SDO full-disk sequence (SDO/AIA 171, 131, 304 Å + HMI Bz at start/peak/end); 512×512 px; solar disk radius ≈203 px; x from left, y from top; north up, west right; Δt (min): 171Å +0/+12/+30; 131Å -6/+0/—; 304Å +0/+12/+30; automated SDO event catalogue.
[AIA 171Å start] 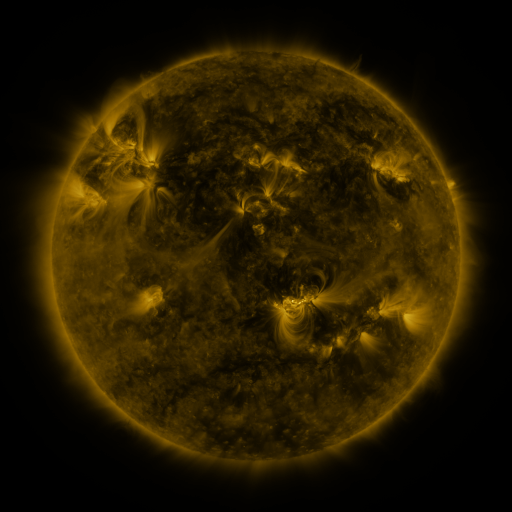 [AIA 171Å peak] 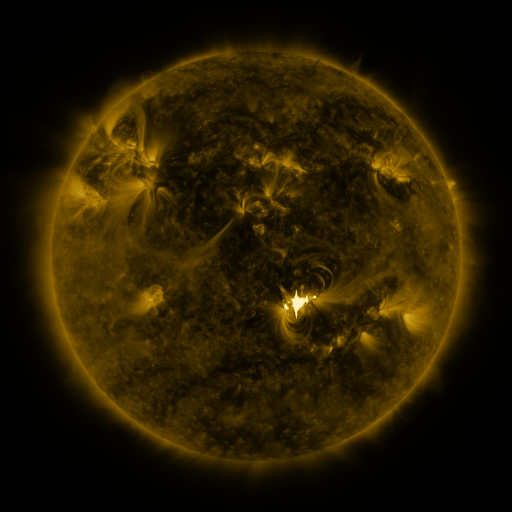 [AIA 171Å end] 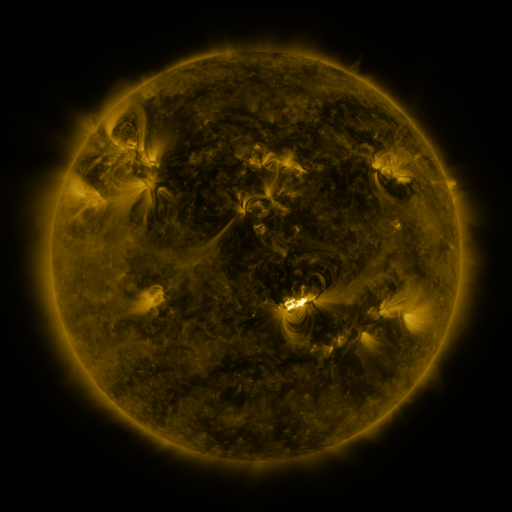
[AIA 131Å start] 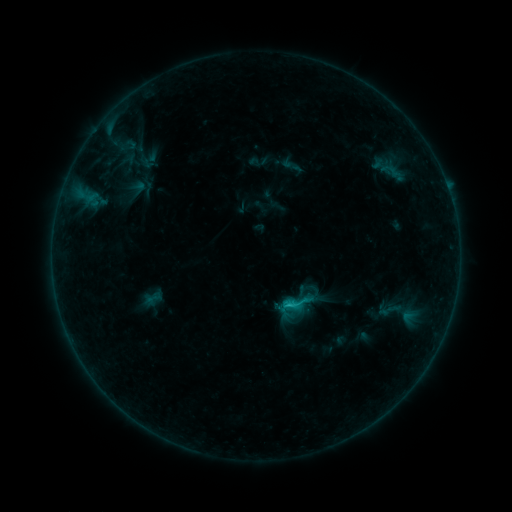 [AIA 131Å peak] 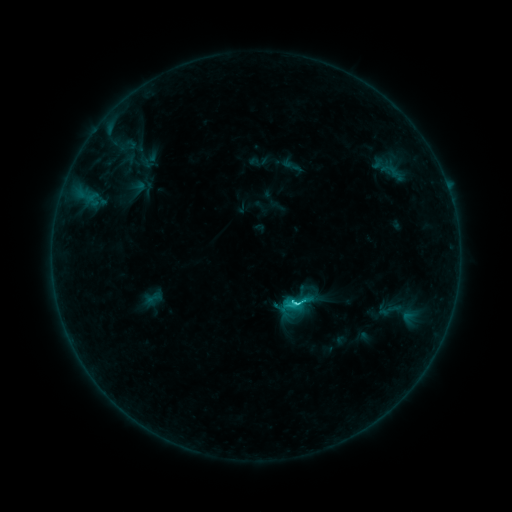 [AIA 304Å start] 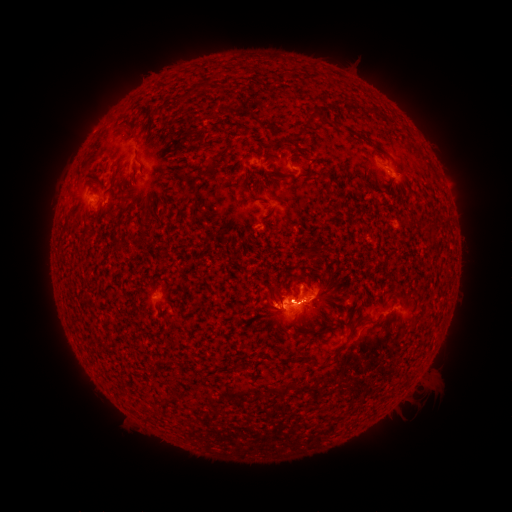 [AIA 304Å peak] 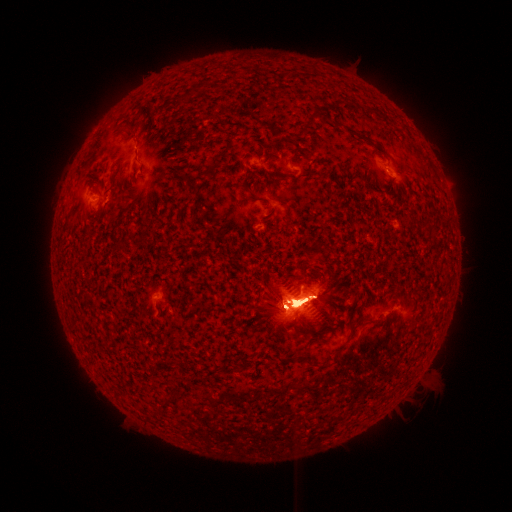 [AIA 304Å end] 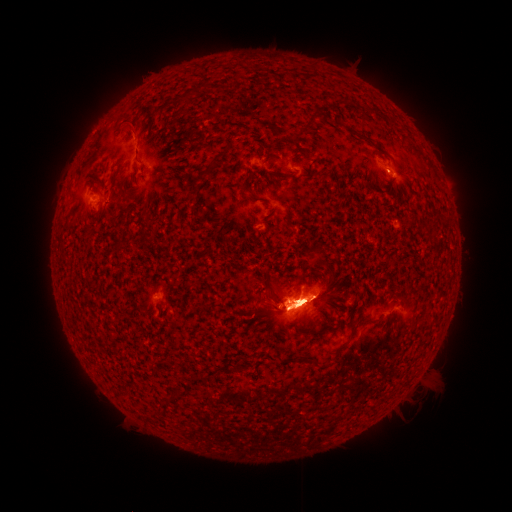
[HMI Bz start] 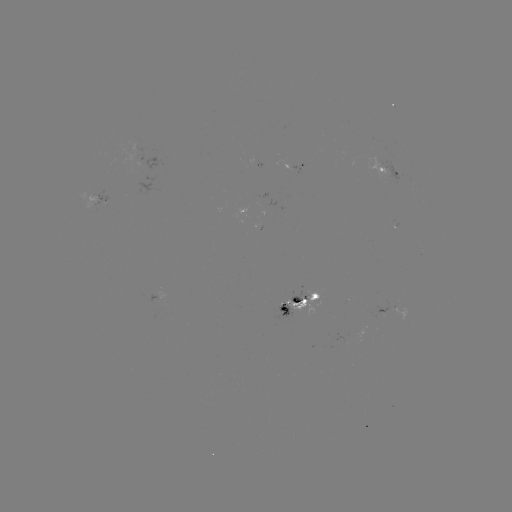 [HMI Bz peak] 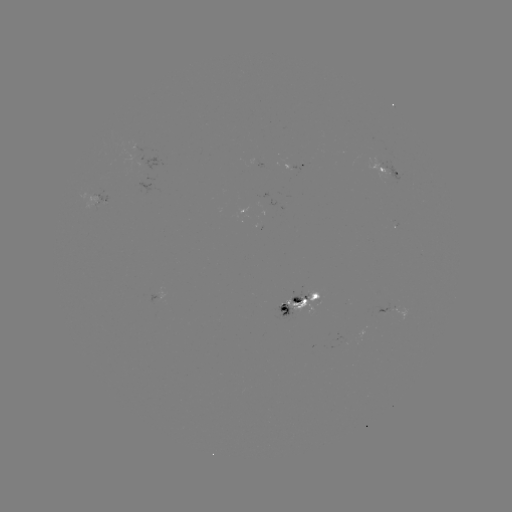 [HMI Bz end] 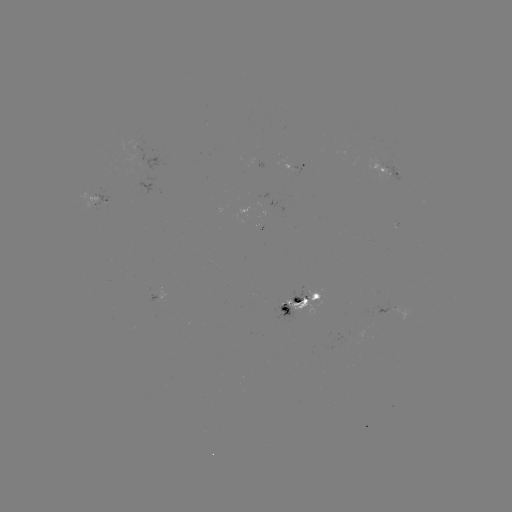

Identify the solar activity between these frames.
eruption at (296, 147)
